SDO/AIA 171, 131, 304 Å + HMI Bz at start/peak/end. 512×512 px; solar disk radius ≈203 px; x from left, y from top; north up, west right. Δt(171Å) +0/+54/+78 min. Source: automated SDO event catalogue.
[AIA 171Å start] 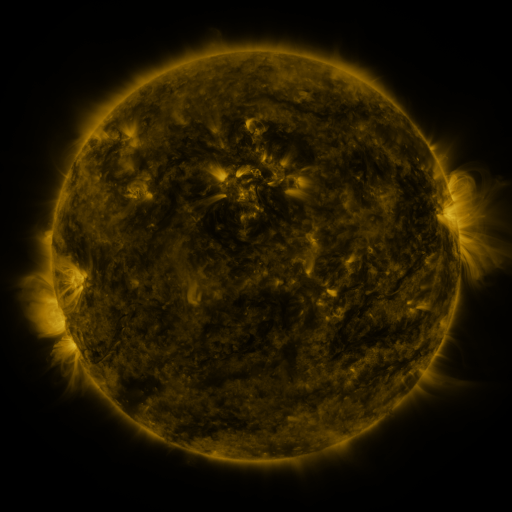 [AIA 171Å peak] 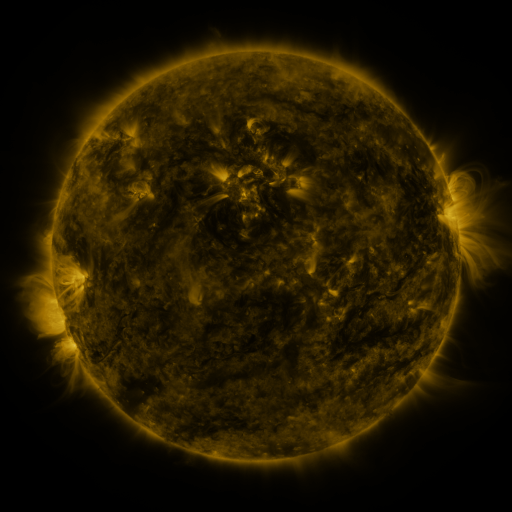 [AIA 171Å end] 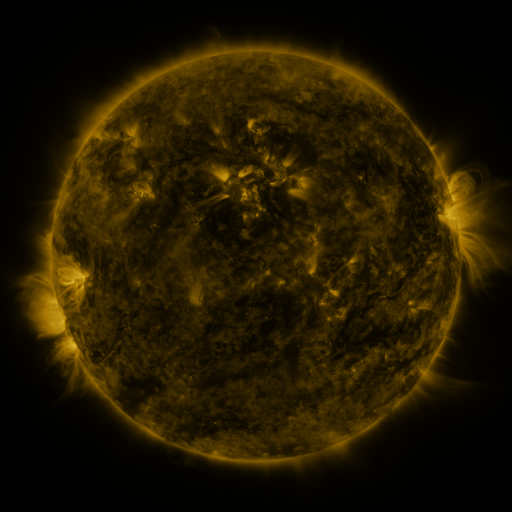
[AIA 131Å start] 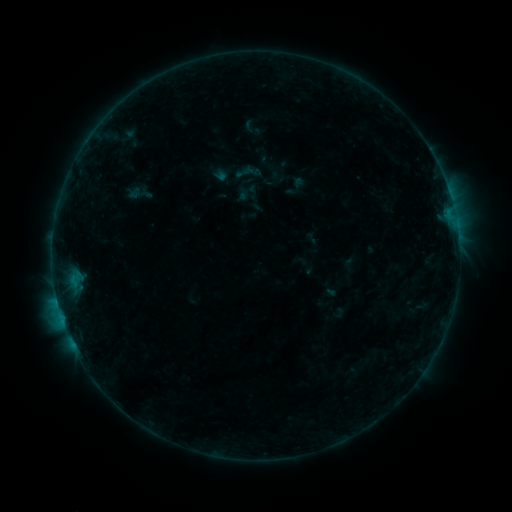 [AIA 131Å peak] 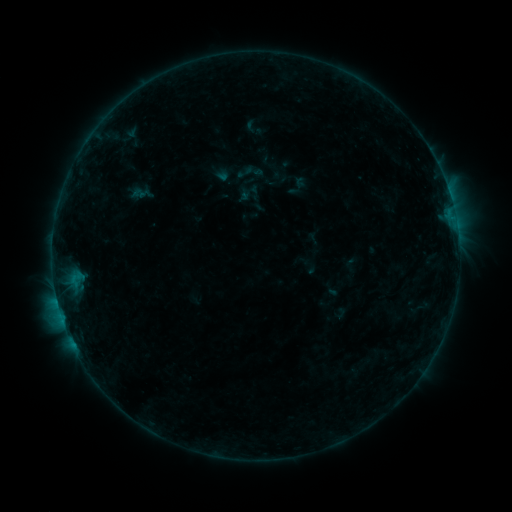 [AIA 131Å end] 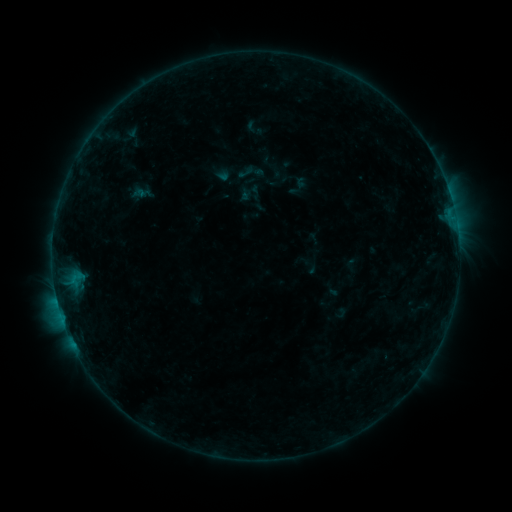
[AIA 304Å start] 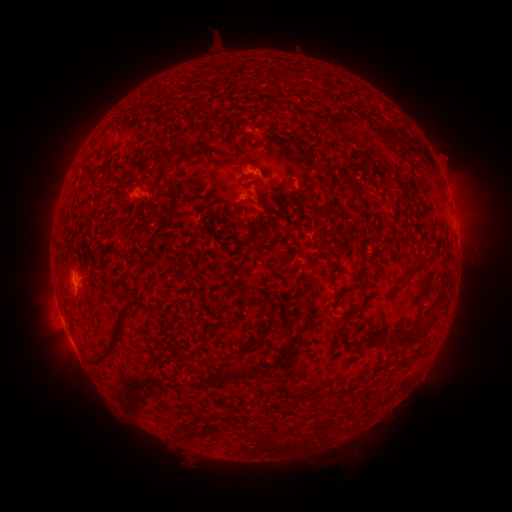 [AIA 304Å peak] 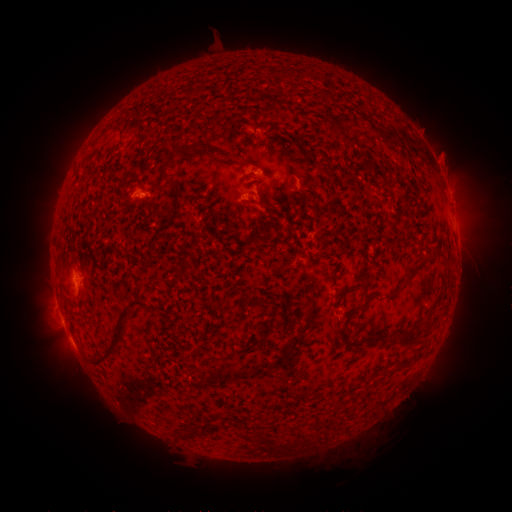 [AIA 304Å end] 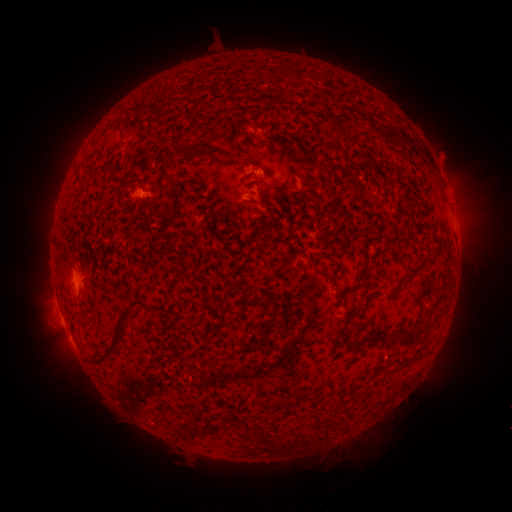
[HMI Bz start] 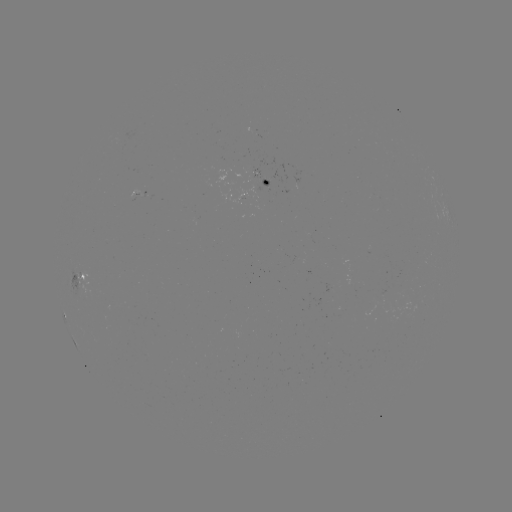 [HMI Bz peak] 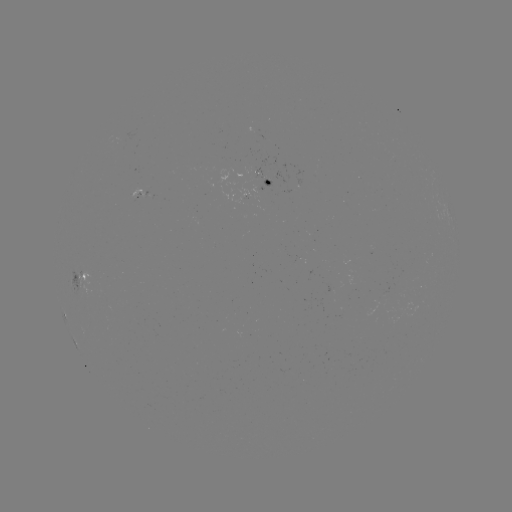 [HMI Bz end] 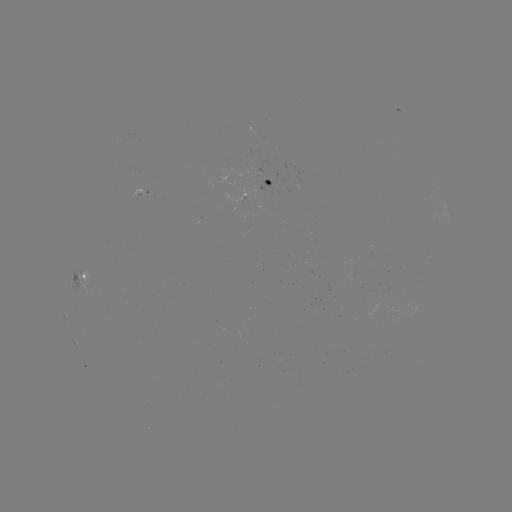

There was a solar flare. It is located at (144, 197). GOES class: B3.9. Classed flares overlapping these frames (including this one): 1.